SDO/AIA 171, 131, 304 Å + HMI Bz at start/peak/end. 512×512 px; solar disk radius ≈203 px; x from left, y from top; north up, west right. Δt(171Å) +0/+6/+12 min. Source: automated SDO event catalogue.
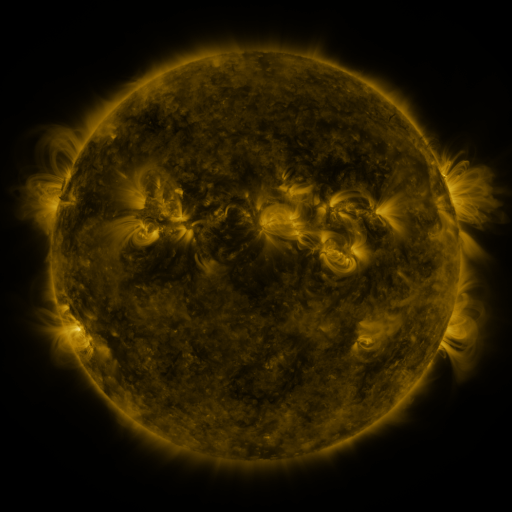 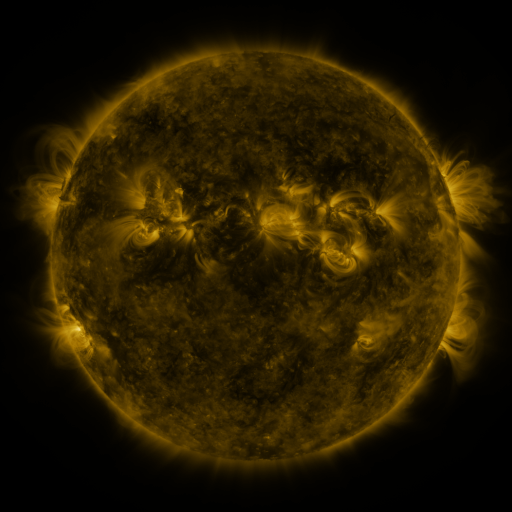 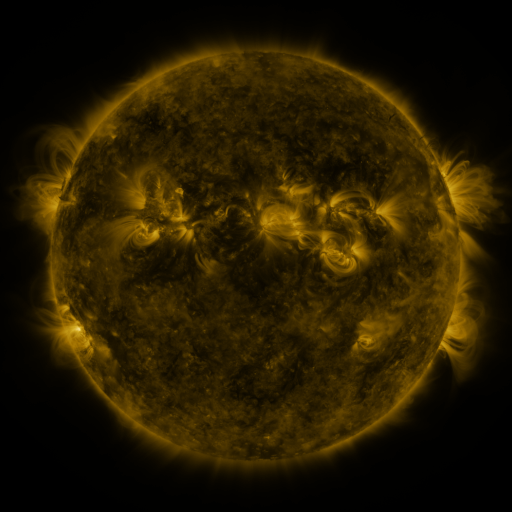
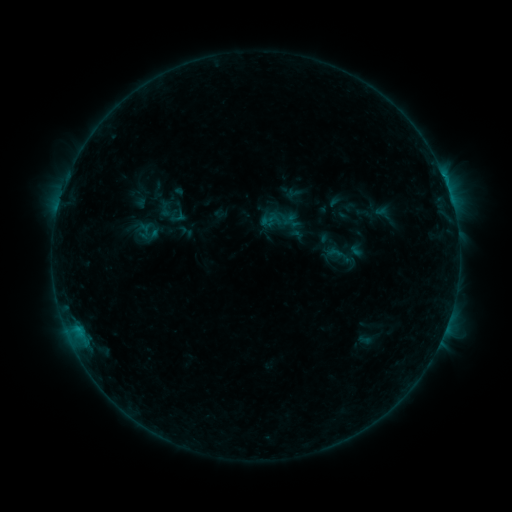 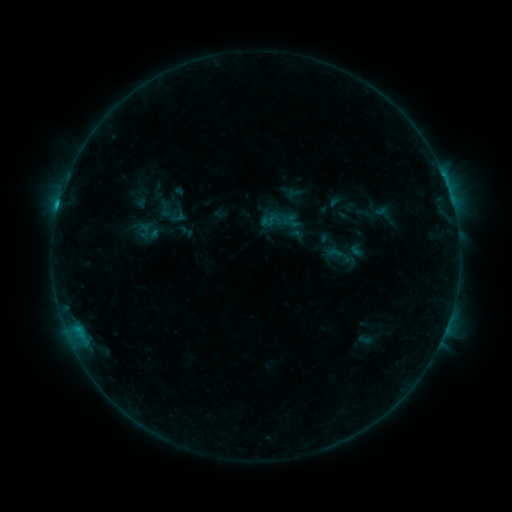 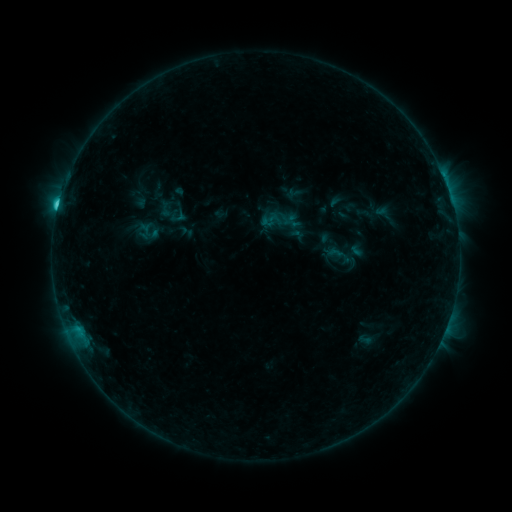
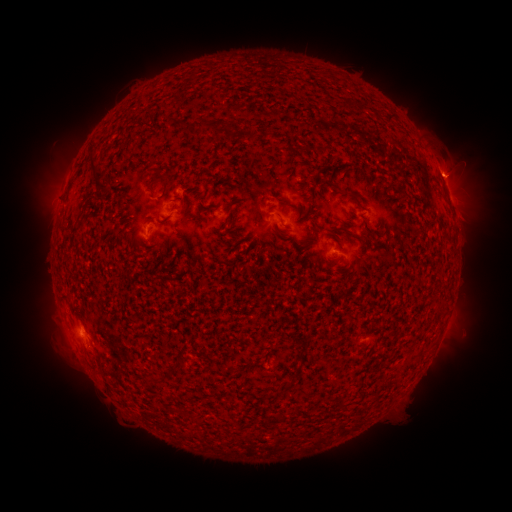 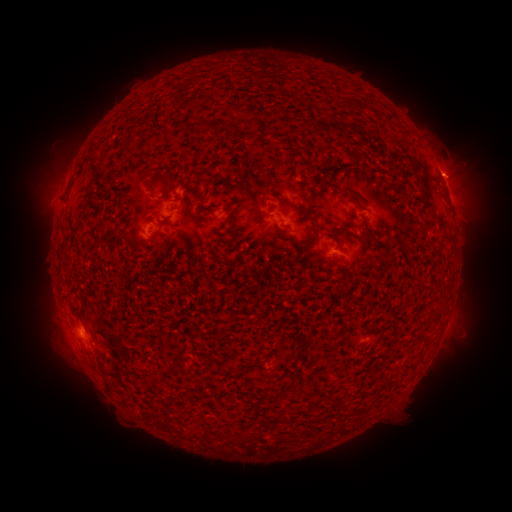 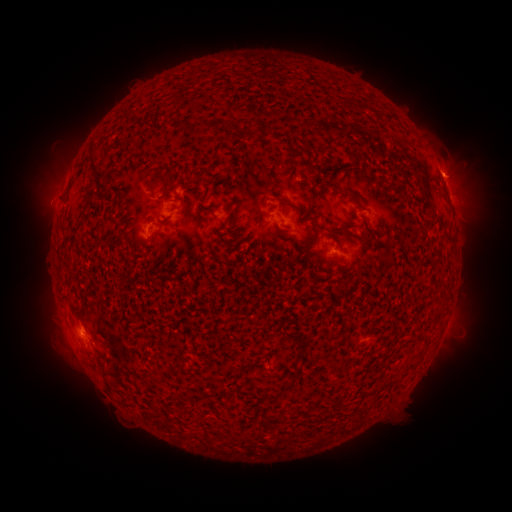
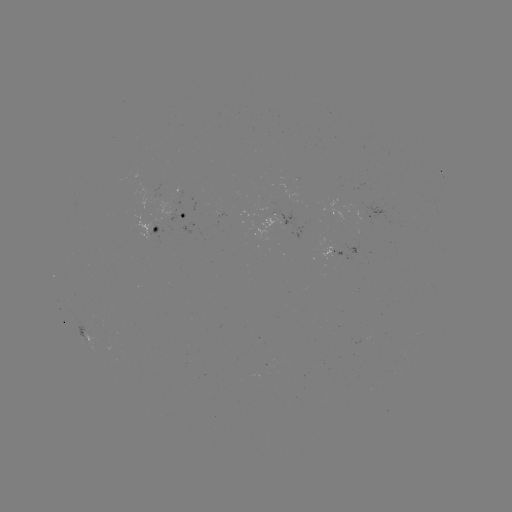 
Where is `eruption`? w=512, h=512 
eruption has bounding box [17, 174, 81, 237].